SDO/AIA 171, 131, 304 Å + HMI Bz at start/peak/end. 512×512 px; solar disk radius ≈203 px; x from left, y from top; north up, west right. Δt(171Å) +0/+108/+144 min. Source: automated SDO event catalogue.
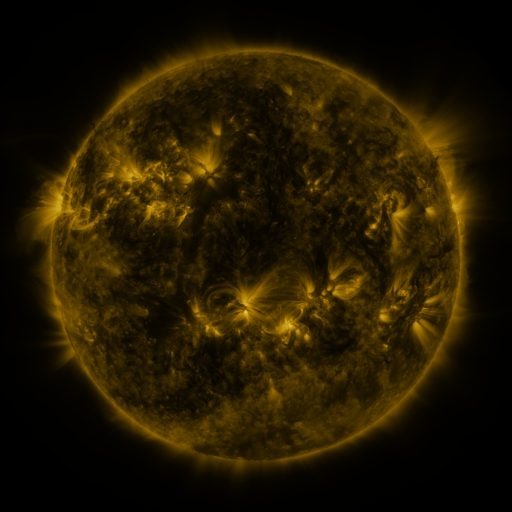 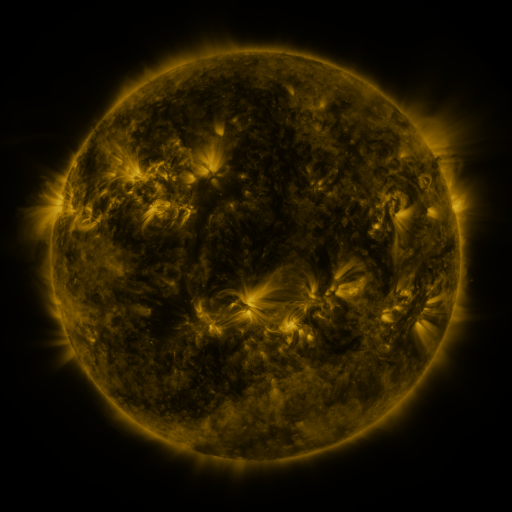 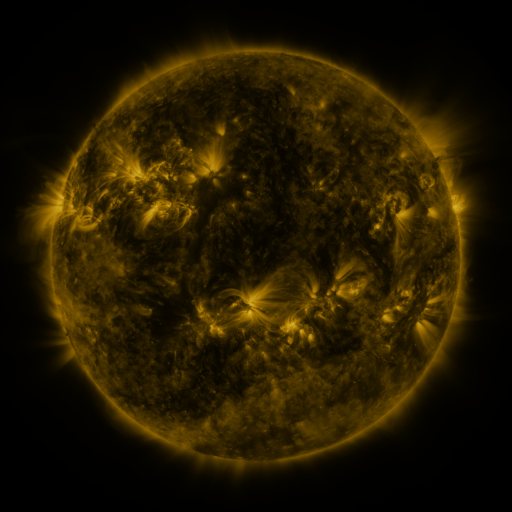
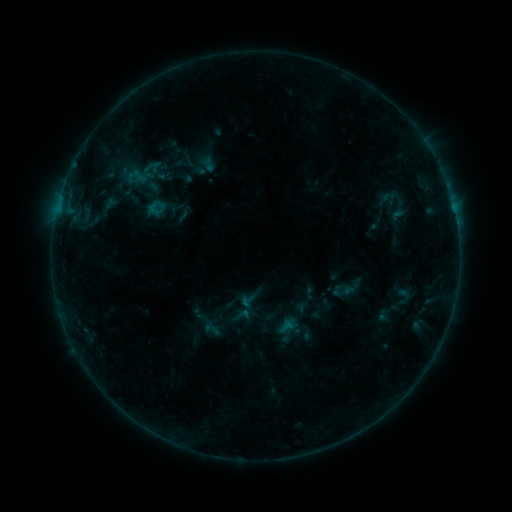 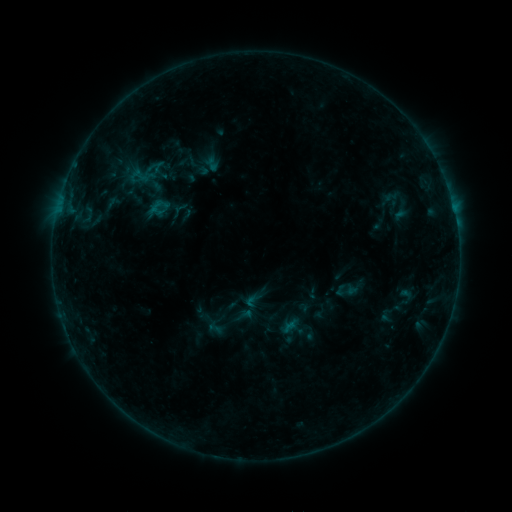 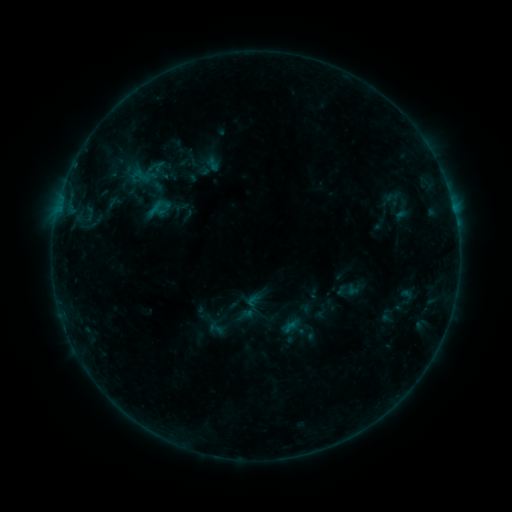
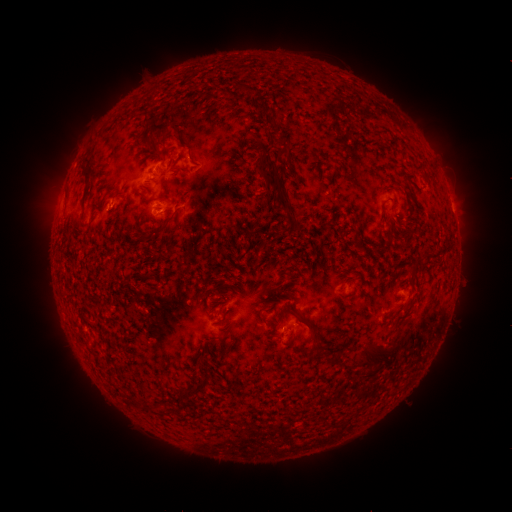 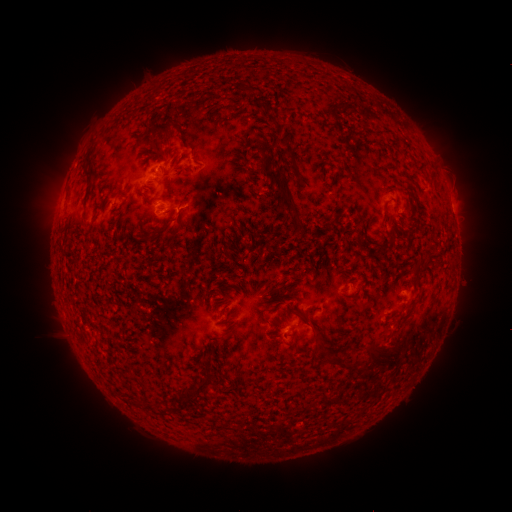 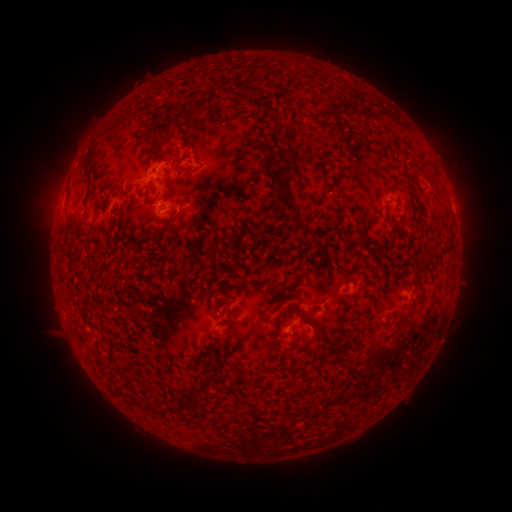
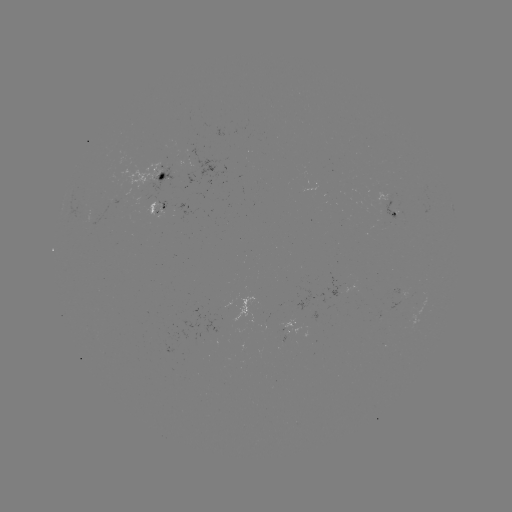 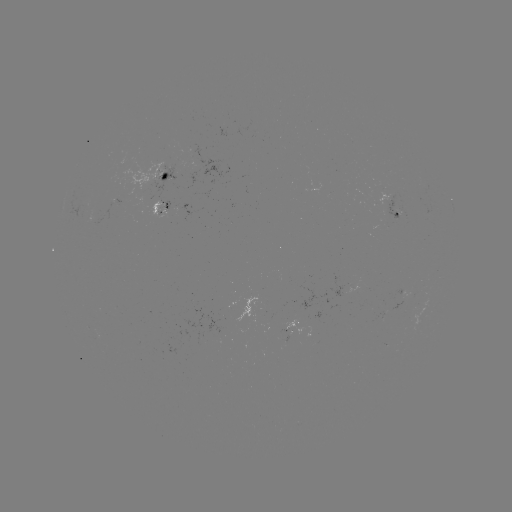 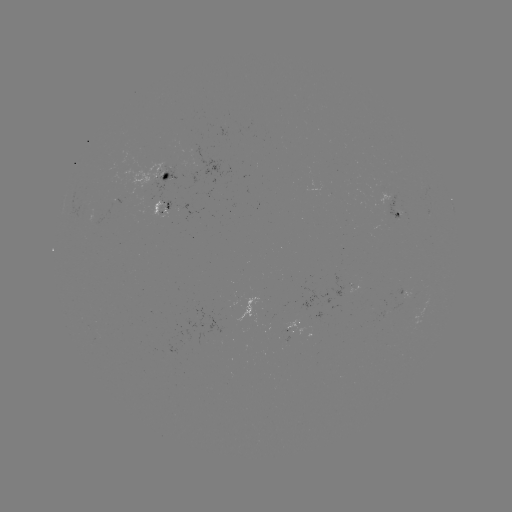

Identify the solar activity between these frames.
emerging-flux region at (397, 215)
